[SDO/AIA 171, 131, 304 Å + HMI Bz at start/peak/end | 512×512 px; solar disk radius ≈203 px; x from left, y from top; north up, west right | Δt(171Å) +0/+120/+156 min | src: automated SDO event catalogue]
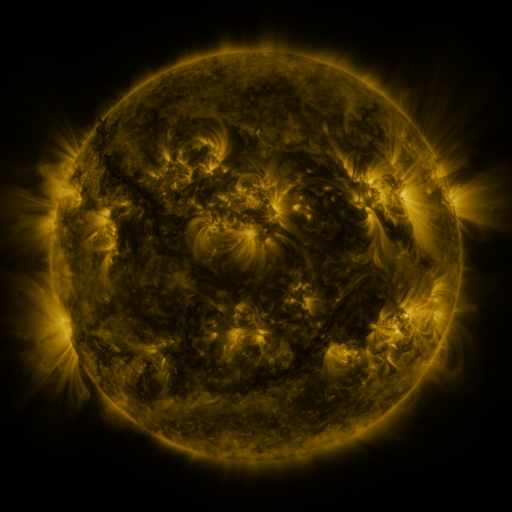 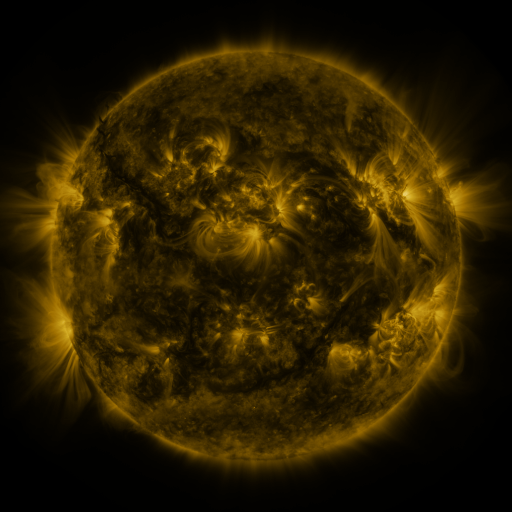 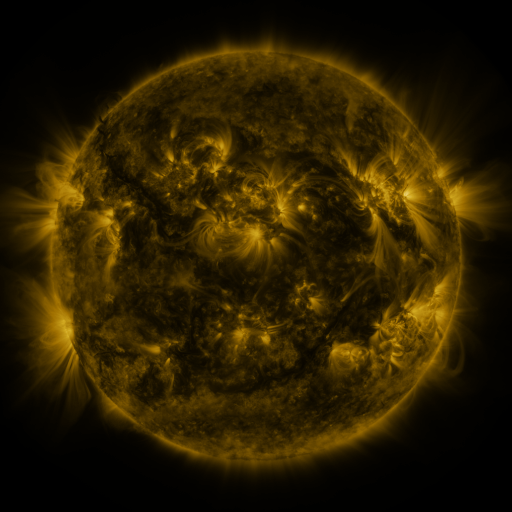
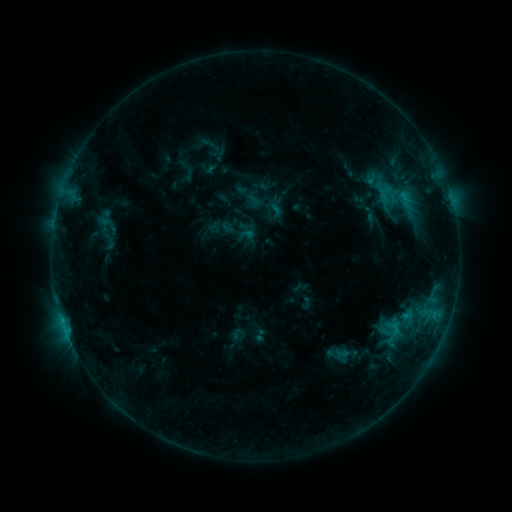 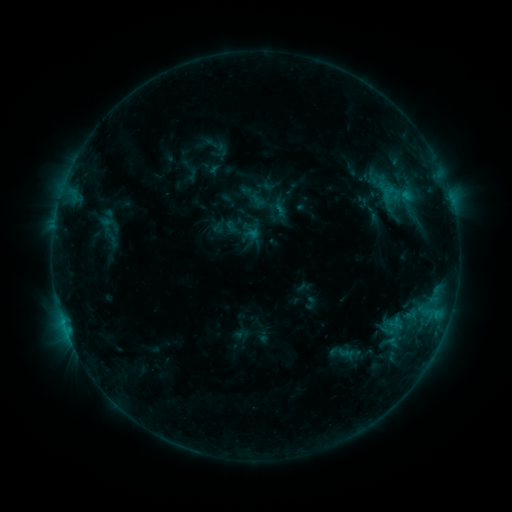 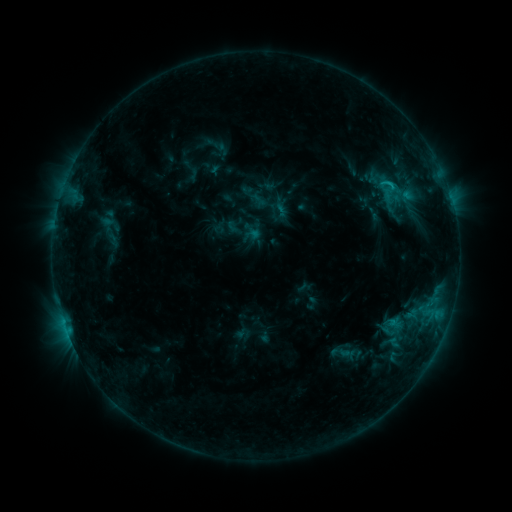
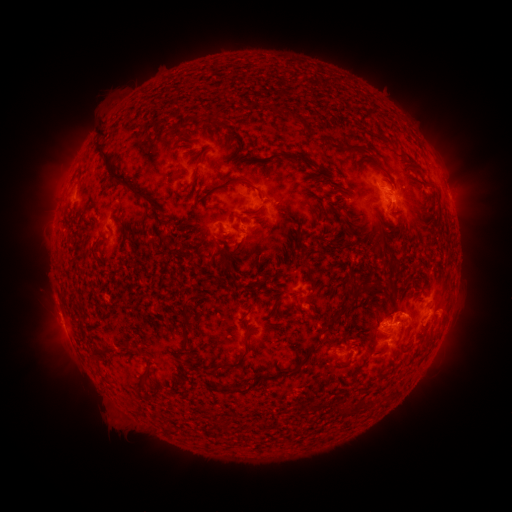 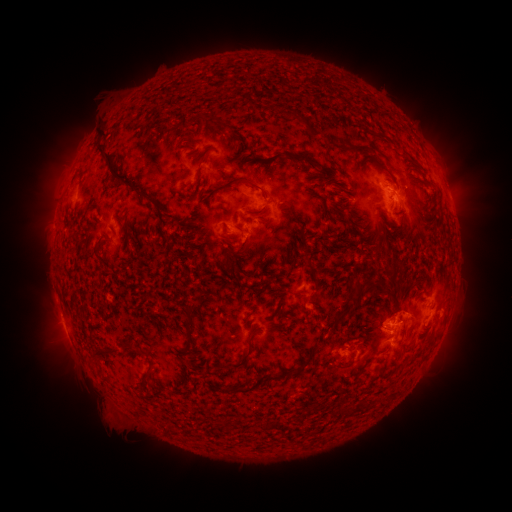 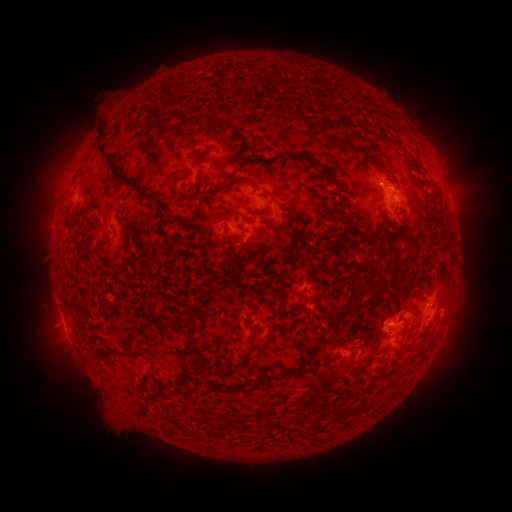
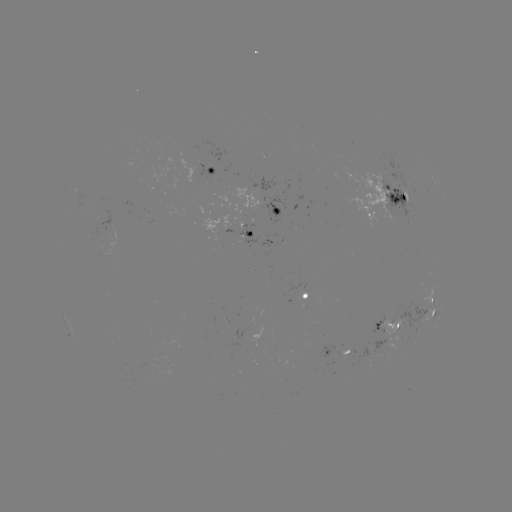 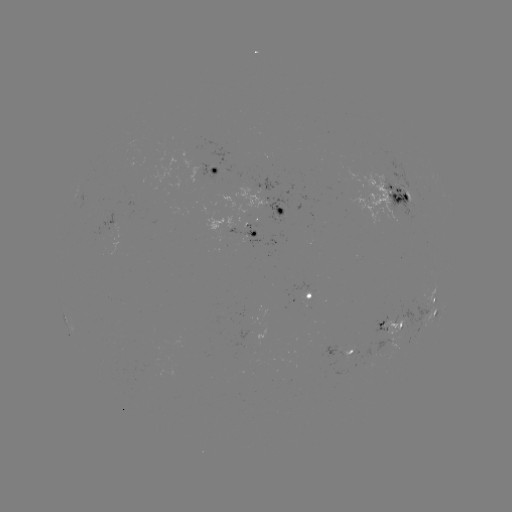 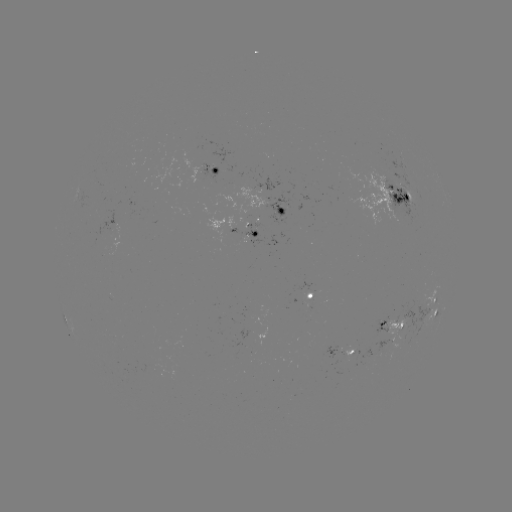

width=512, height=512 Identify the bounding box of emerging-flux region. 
[383, 315, 405, 340].